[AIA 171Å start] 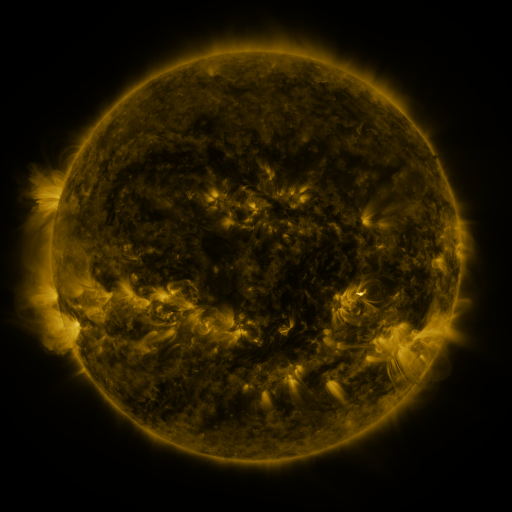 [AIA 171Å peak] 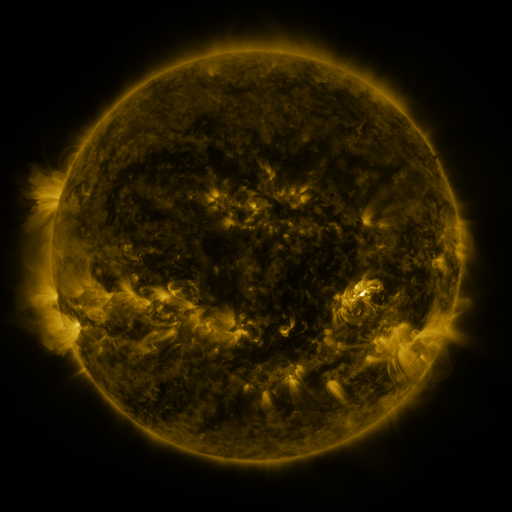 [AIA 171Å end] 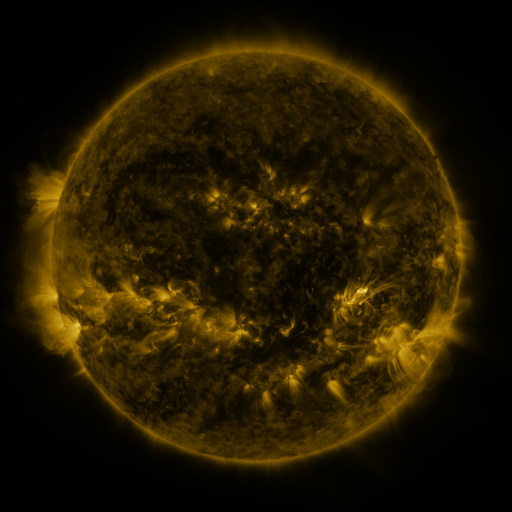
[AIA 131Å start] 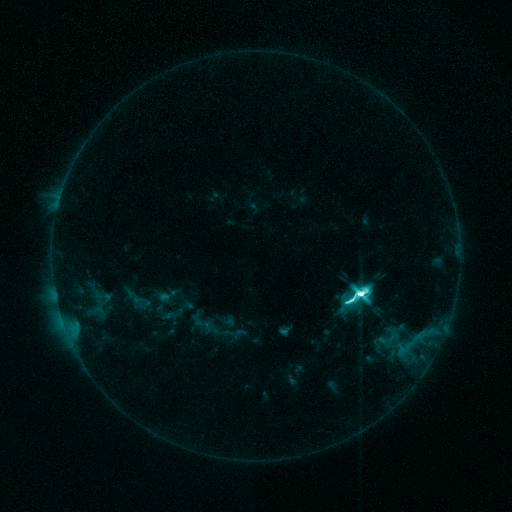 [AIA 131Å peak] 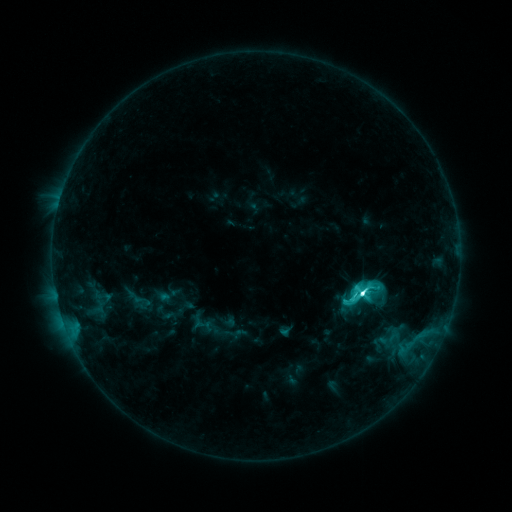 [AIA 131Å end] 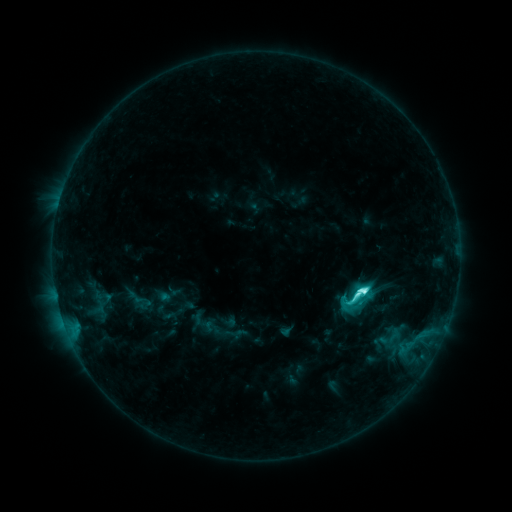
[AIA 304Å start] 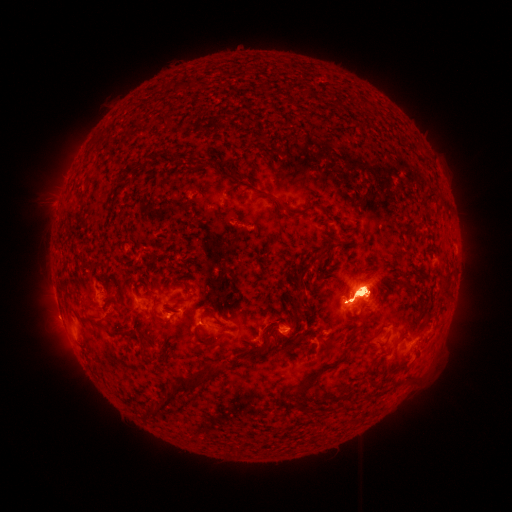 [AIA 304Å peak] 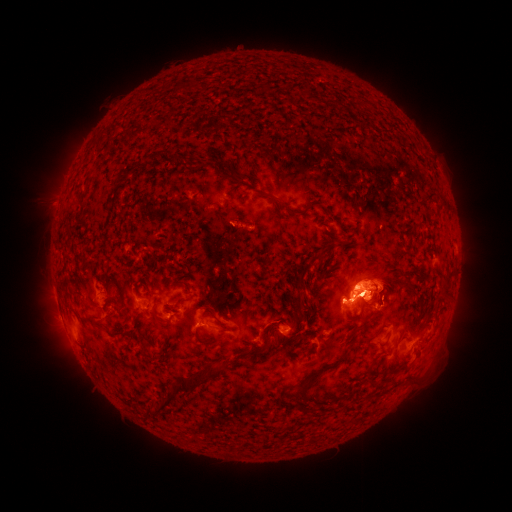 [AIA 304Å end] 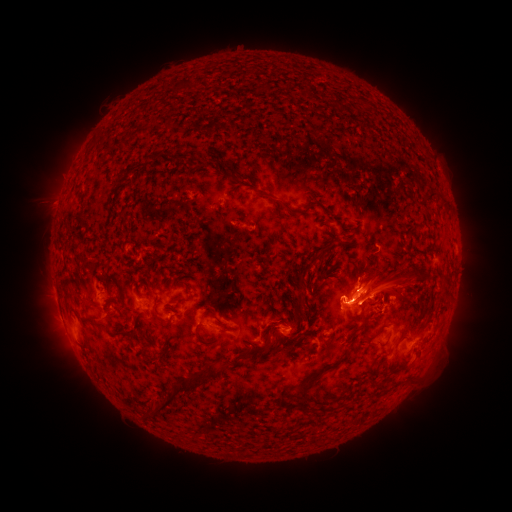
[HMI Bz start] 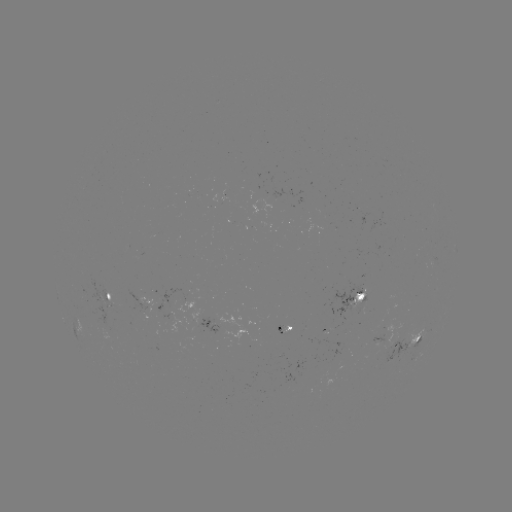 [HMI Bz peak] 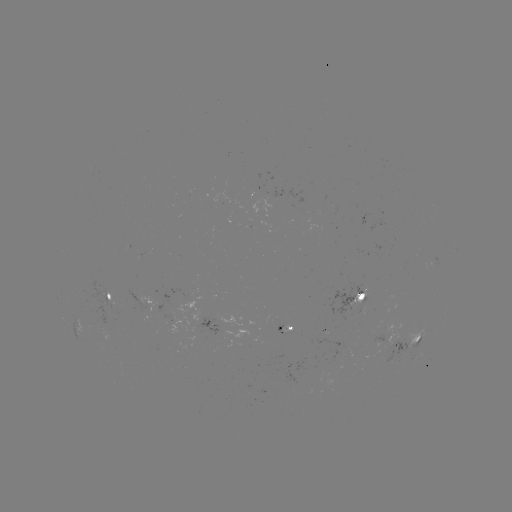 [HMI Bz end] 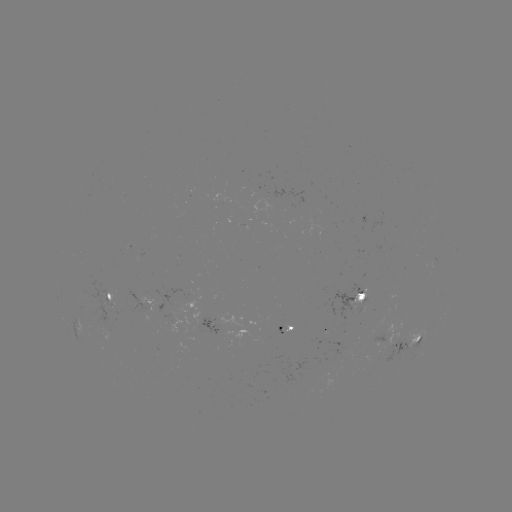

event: eruption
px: (381, 200)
